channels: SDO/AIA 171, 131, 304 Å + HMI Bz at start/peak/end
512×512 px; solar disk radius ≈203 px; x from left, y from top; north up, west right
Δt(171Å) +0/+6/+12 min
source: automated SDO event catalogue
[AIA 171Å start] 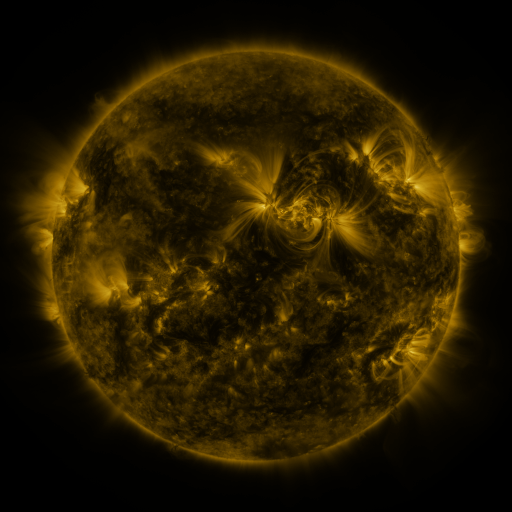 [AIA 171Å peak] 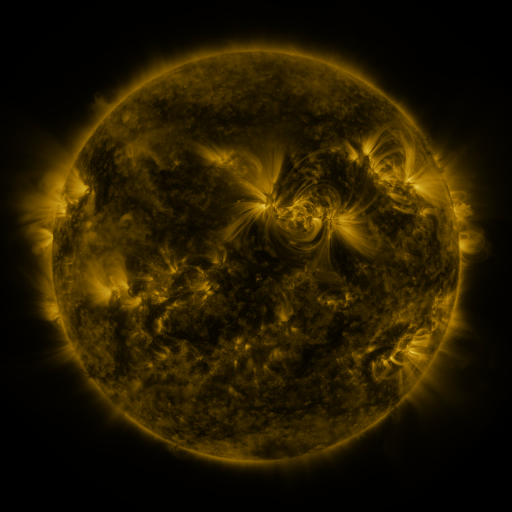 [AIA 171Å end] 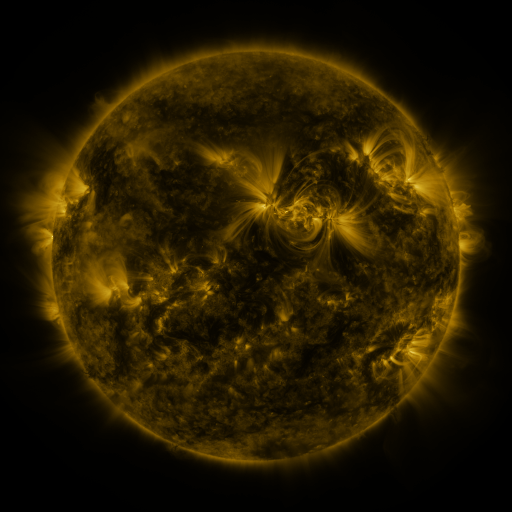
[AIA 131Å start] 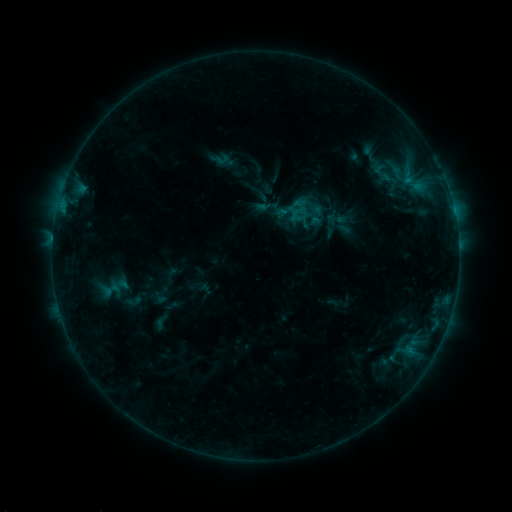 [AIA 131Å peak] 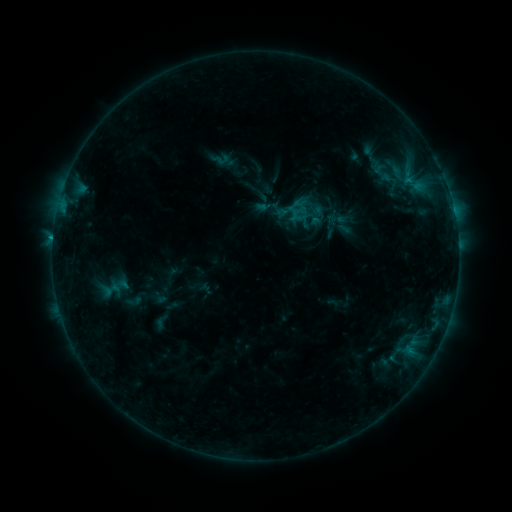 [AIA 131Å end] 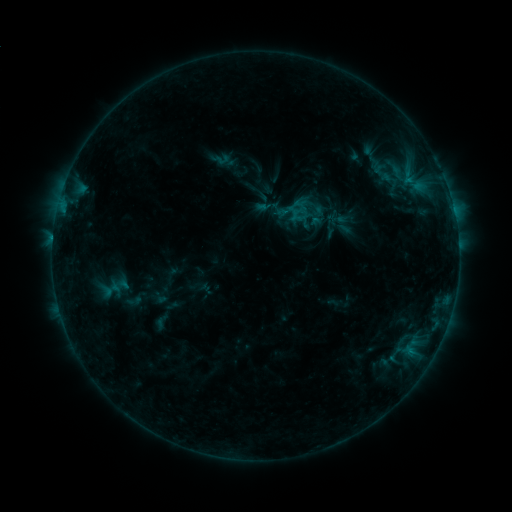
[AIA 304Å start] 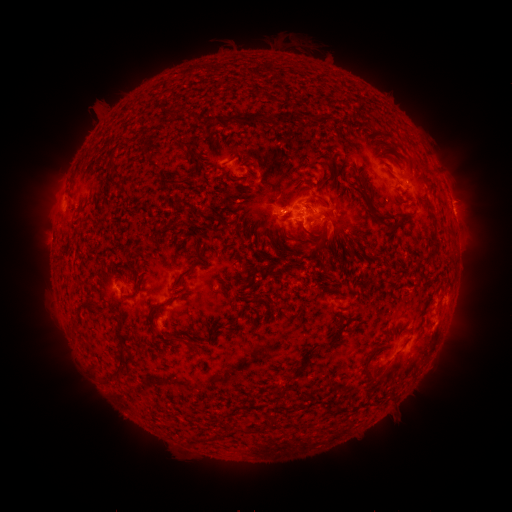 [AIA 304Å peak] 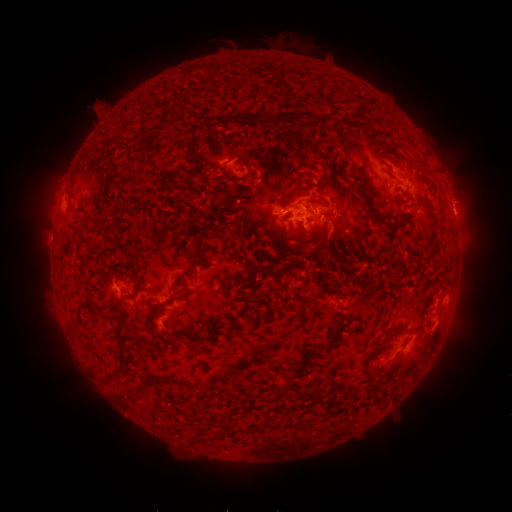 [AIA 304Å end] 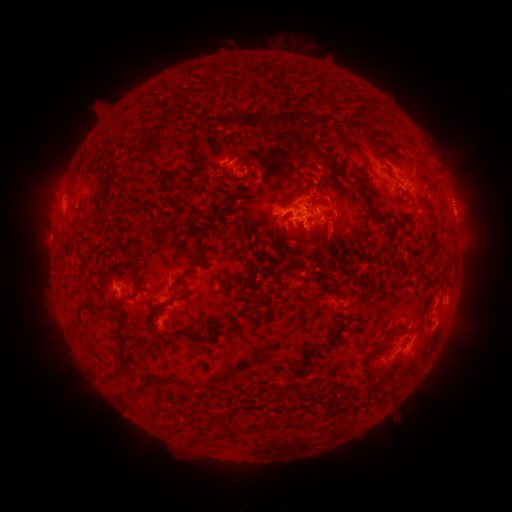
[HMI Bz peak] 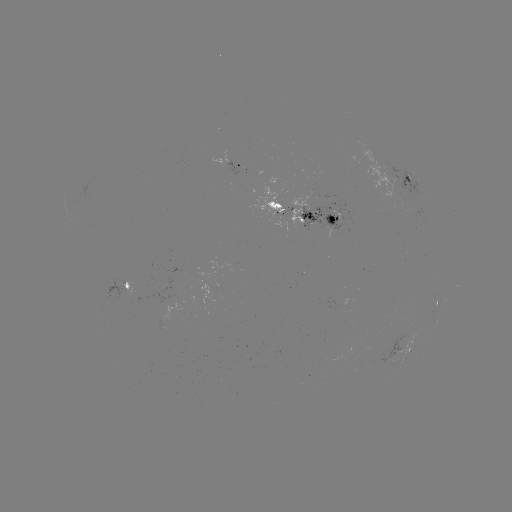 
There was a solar flare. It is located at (53, 241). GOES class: B7.3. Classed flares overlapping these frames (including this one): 1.